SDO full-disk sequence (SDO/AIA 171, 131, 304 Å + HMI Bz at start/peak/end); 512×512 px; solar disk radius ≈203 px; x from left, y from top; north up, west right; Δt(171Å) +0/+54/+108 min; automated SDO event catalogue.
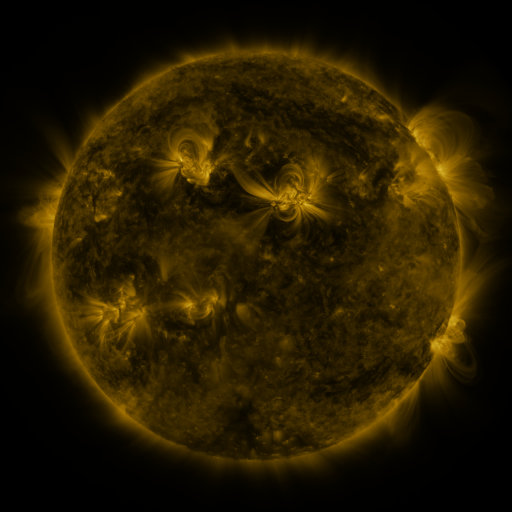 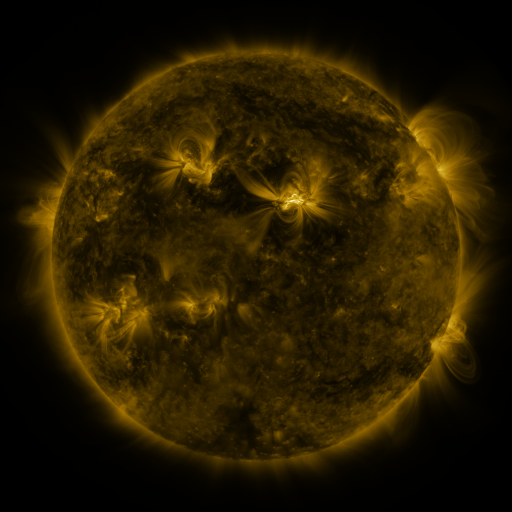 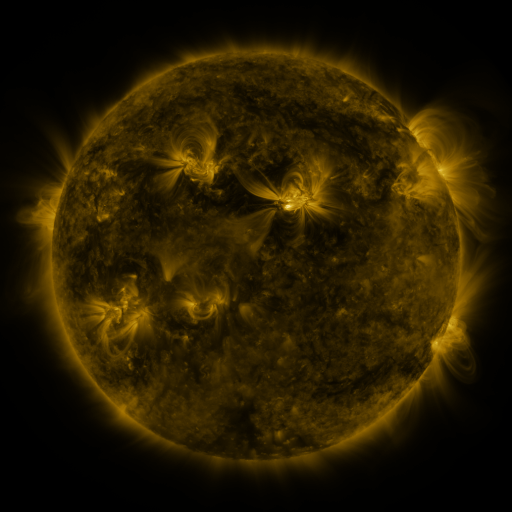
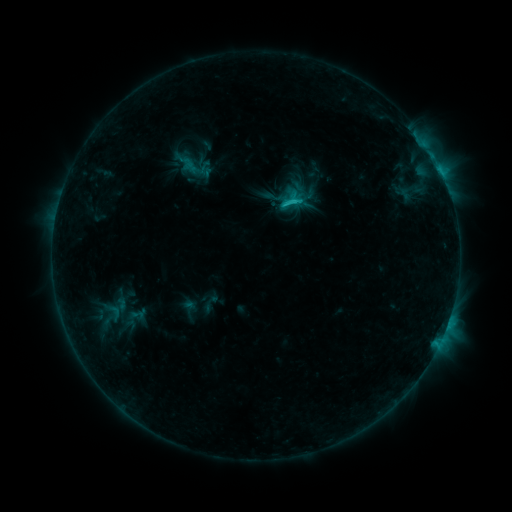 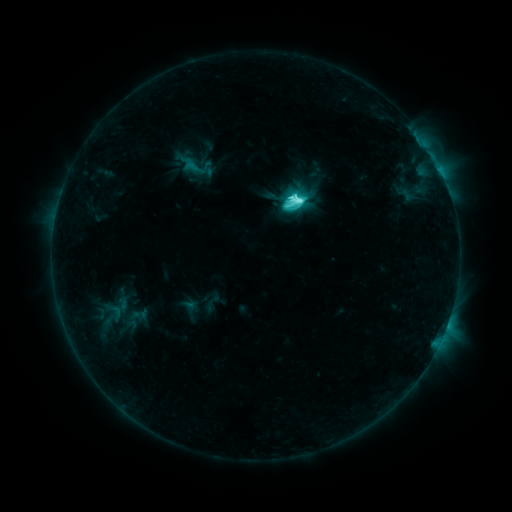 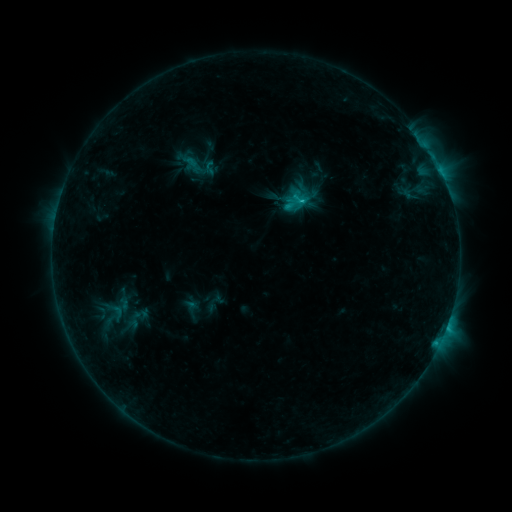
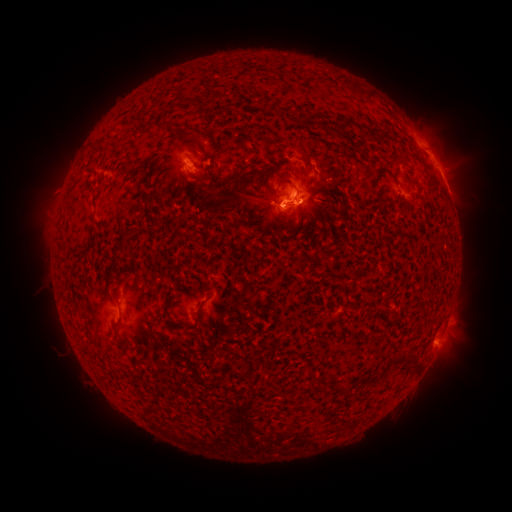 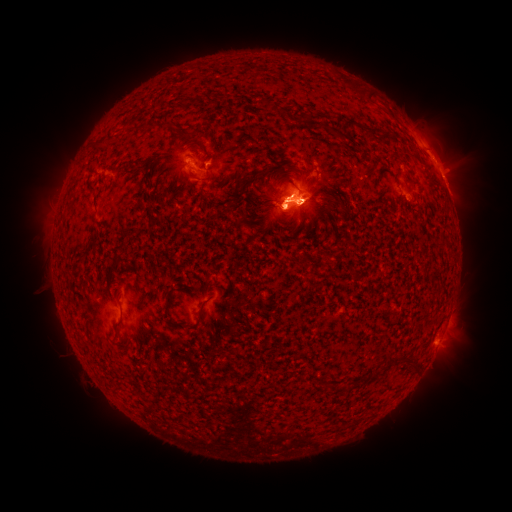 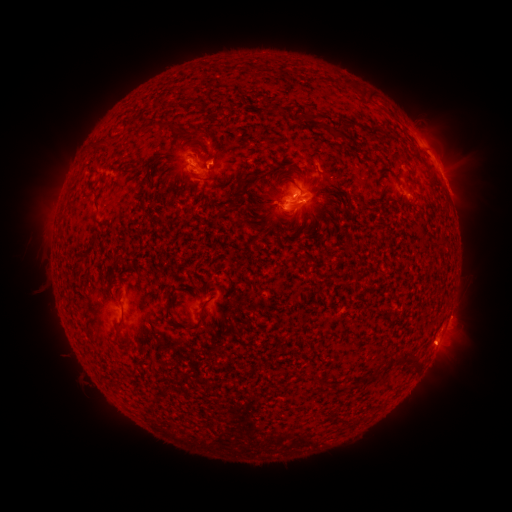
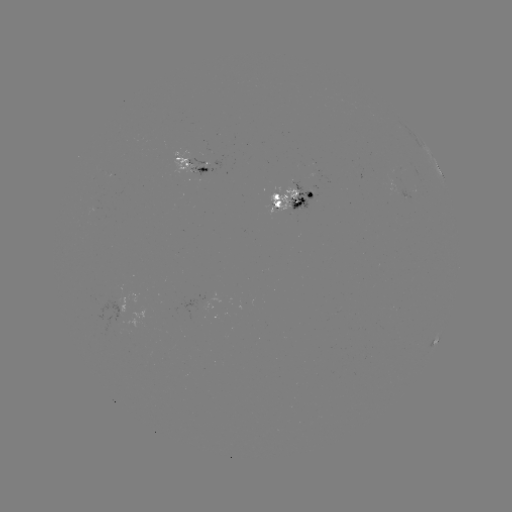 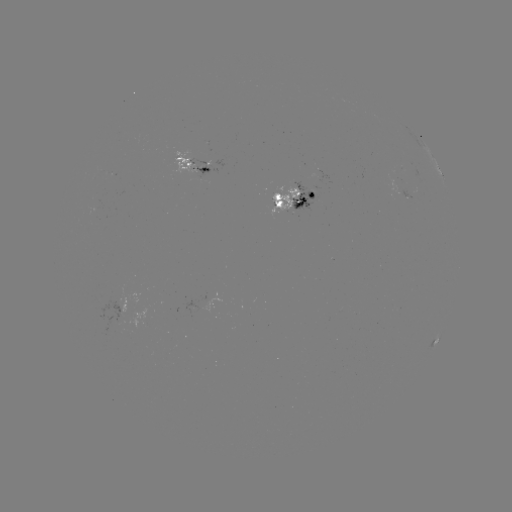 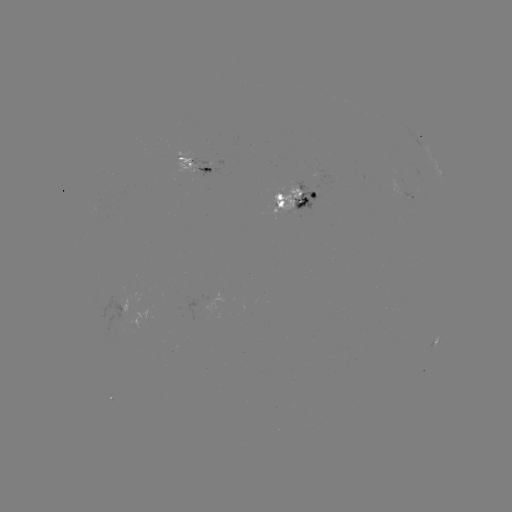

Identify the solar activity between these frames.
emerging-flux region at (406, 196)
